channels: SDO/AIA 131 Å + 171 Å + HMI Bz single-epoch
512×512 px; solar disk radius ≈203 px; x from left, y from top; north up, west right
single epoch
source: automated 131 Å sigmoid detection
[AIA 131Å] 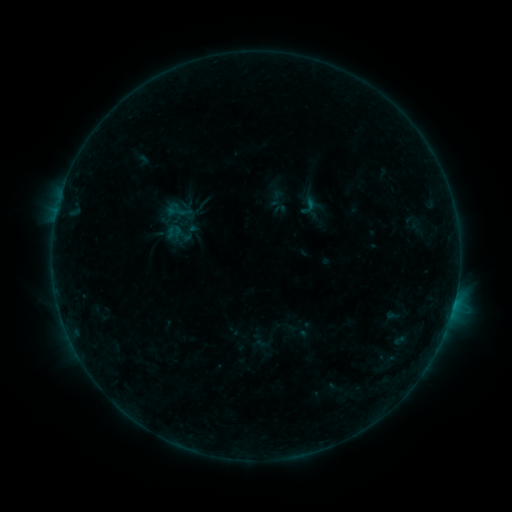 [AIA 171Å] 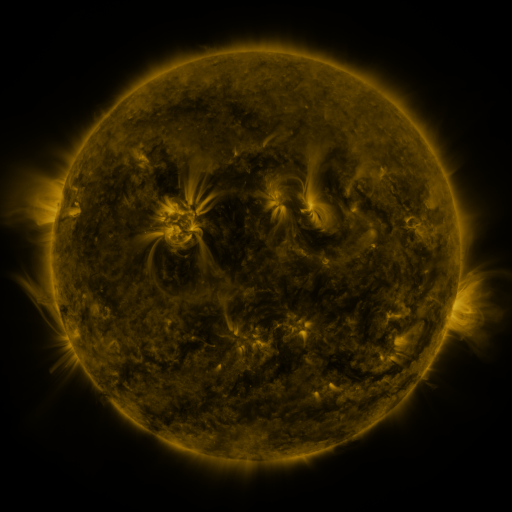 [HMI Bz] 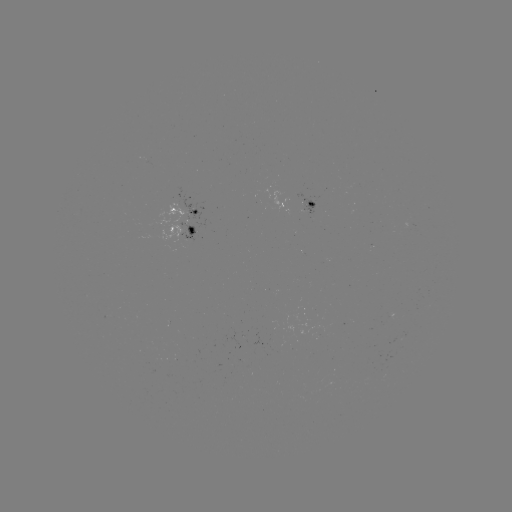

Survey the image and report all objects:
sigmoid: <bbox>295, 195, 321, 217</bbox>
sigmoid: <bbox>165, 197, 192, 224</bbox>
